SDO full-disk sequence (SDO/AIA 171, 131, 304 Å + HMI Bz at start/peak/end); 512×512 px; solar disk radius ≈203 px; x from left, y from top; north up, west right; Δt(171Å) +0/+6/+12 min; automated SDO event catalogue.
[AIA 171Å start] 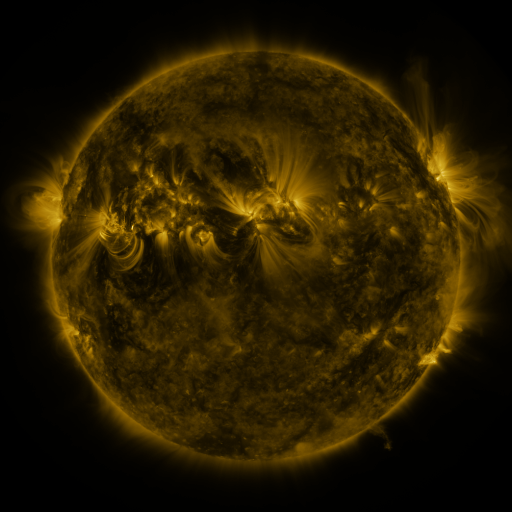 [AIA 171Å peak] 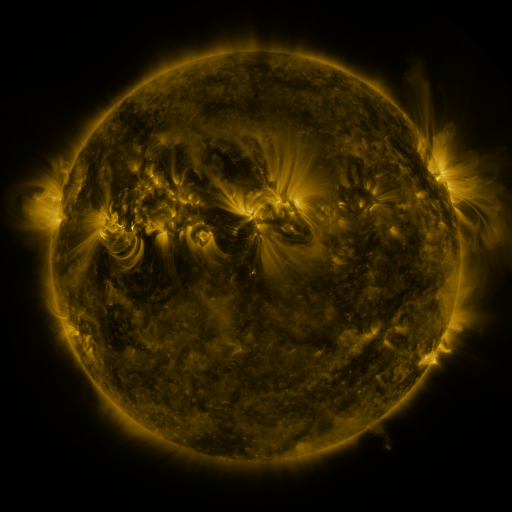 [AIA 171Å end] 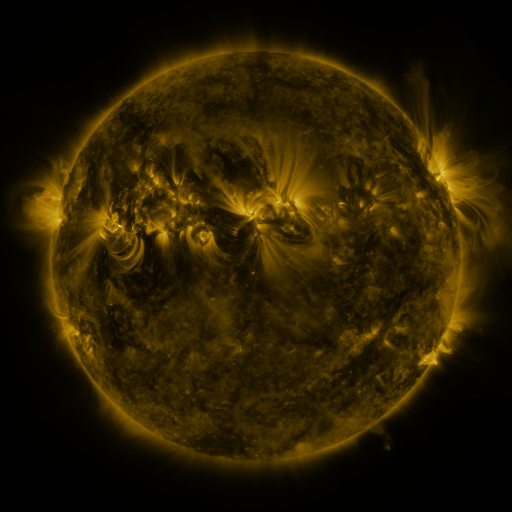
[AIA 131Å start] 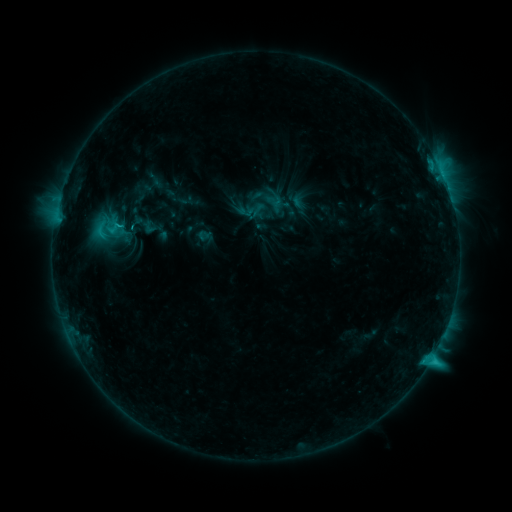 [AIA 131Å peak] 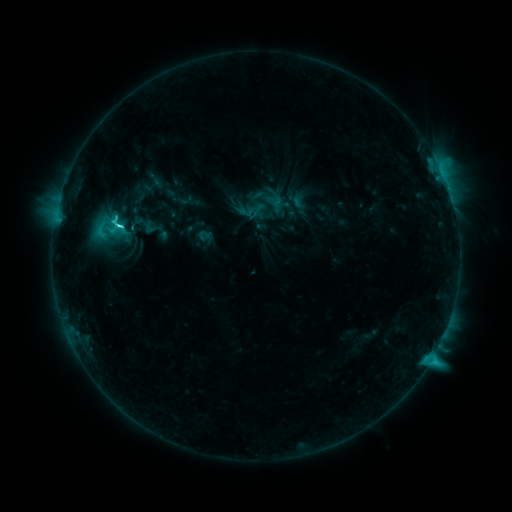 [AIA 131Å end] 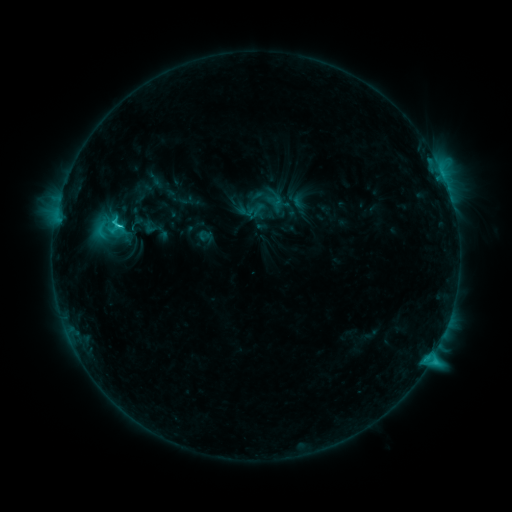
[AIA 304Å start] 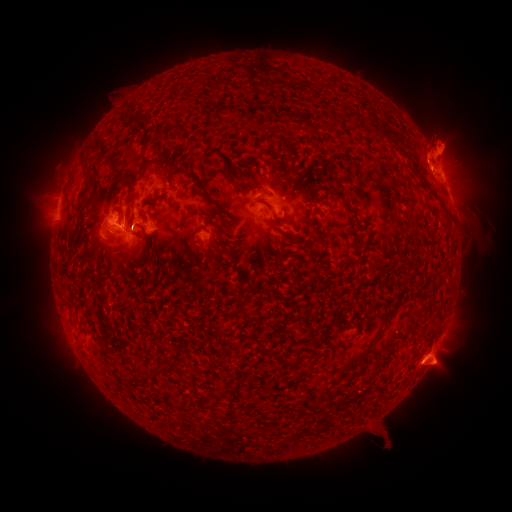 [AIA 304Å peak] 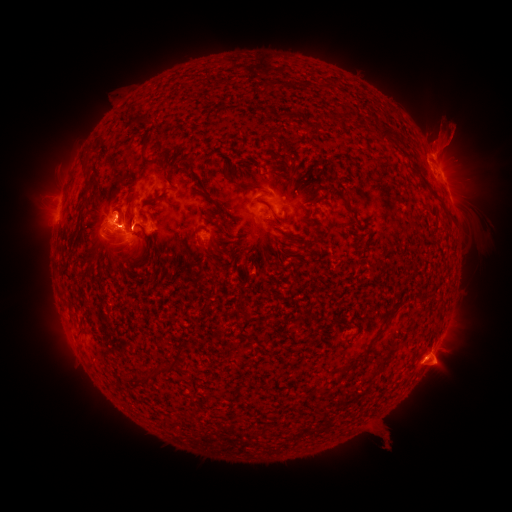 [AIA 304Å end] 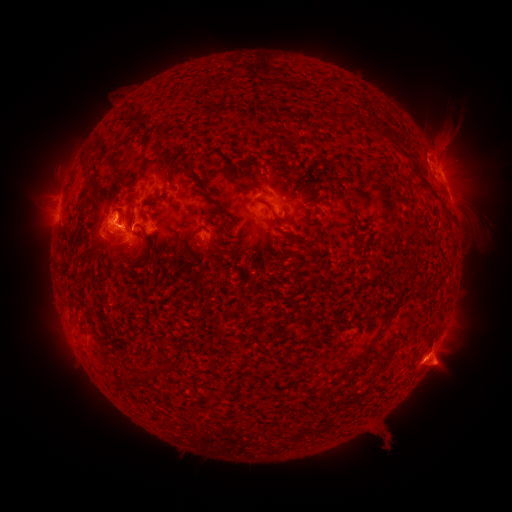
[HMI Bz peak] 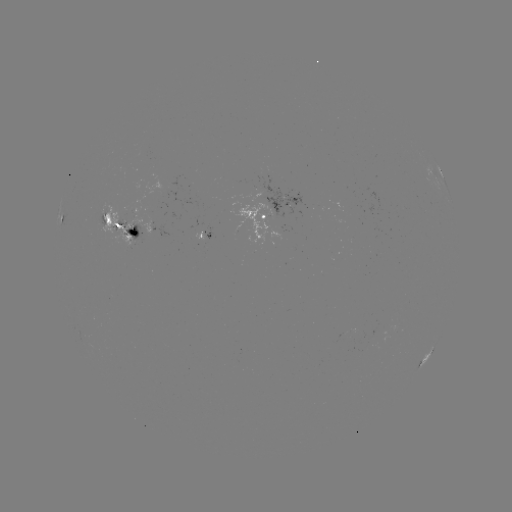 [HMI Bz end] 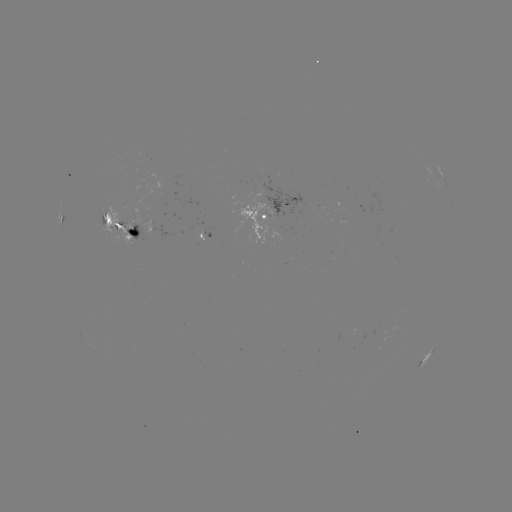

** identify C5.7 flare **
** [120, 228] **